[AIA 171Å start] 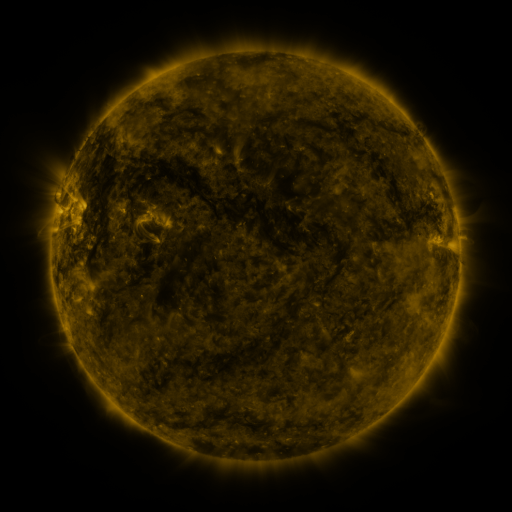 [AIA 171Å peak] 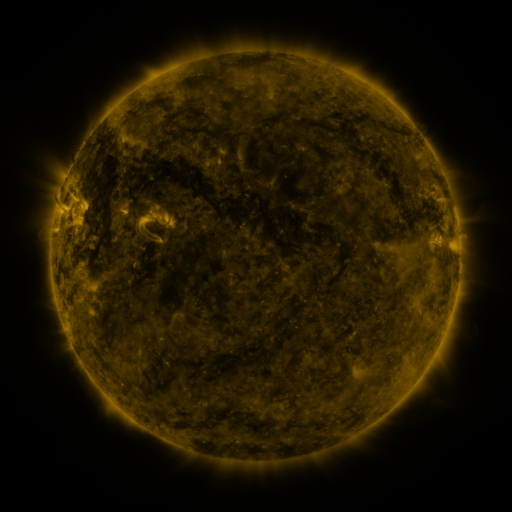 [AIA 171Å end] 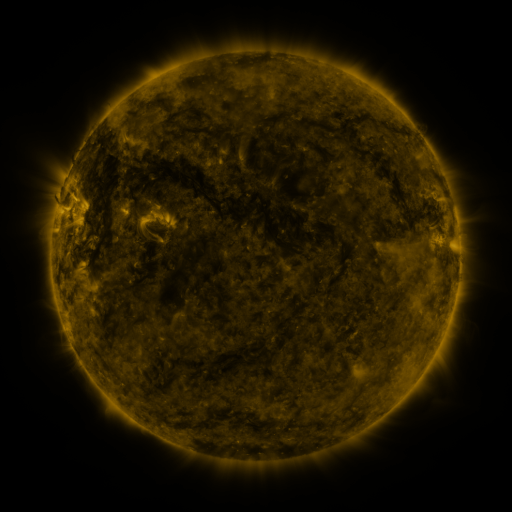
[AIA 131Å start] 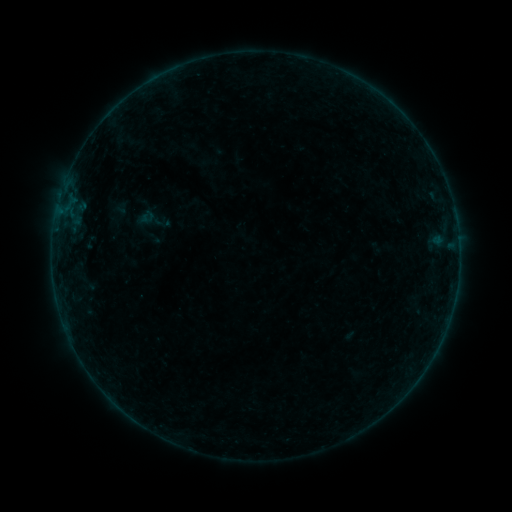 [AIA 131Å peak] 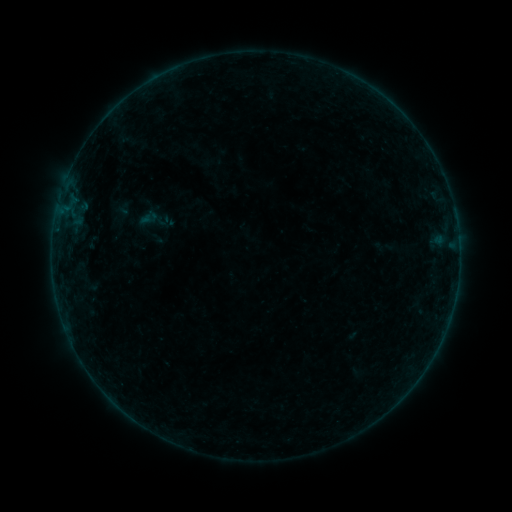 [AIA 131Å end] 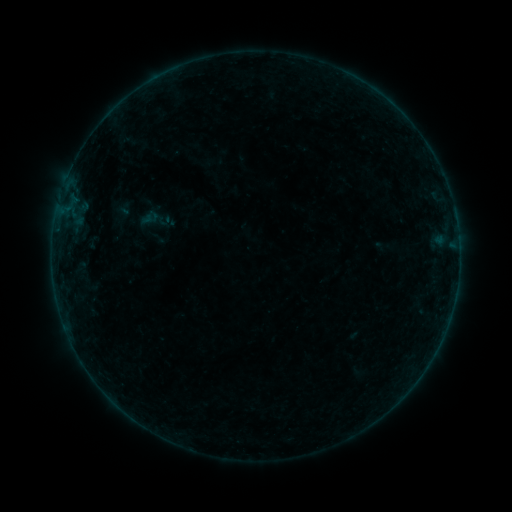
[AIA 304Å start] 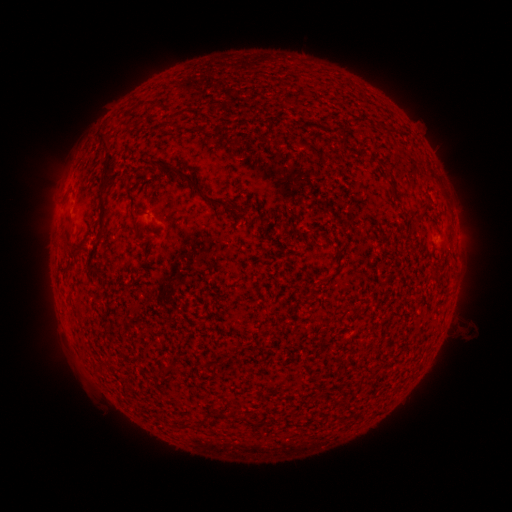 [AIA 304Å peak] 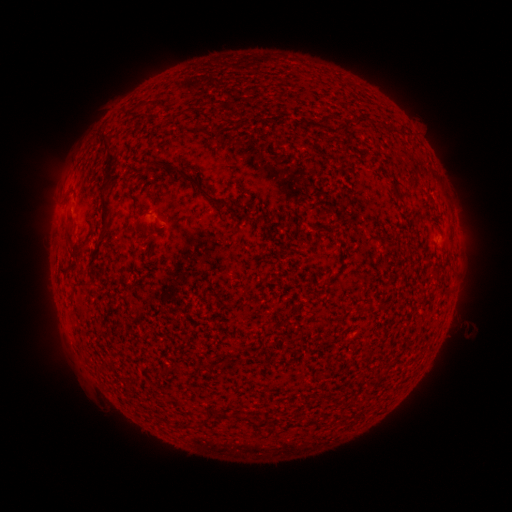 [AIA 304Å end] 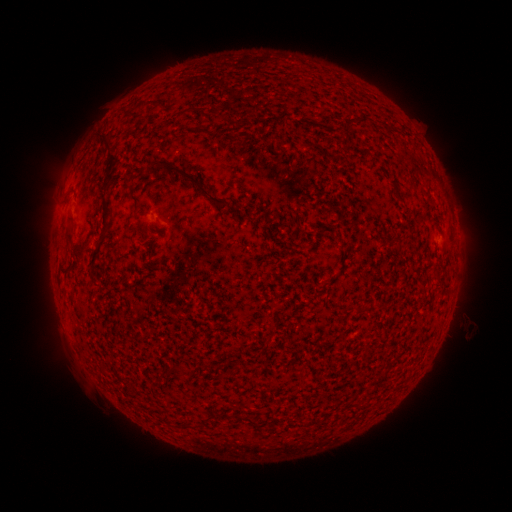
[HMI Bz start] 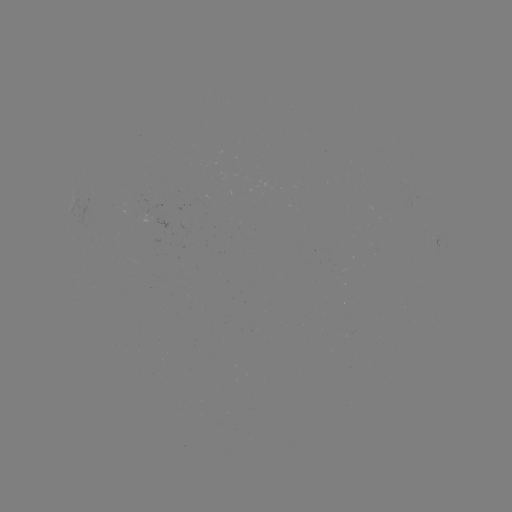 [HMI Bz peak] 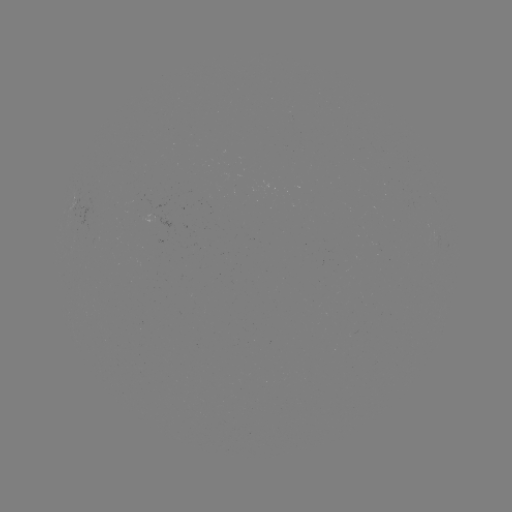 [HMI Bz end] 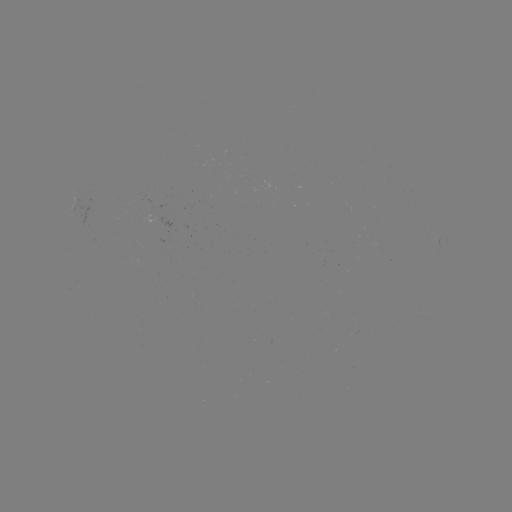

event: emerging-flux region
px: (159, 219)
